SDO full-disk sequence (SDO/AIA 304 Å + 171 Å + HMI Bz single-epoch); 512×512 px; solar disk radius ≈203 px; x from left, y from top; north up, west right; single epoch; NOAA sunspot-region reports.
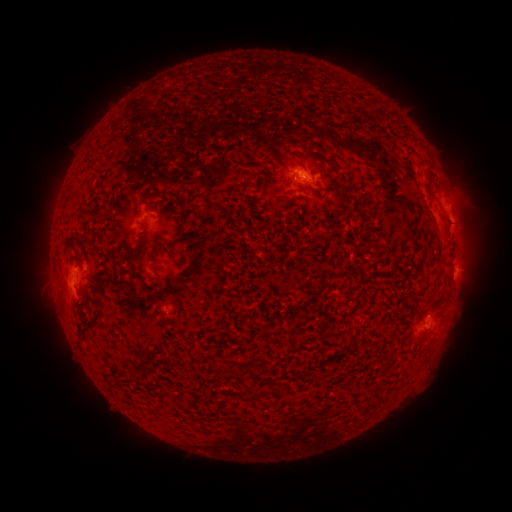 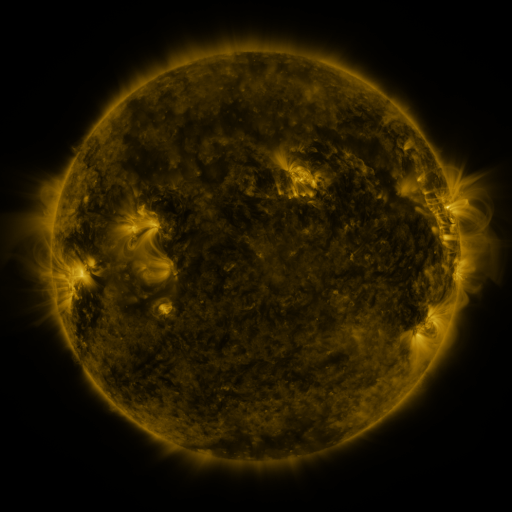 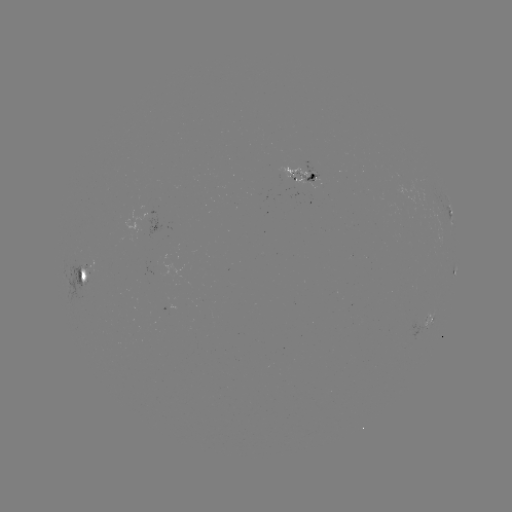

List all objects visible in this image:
spotted active region: (305, 174)
spotted active region: (450, 215)
spotted active region: (455, 272)
spotted active region: (86, 275)
spotted active region: (428, 325)
